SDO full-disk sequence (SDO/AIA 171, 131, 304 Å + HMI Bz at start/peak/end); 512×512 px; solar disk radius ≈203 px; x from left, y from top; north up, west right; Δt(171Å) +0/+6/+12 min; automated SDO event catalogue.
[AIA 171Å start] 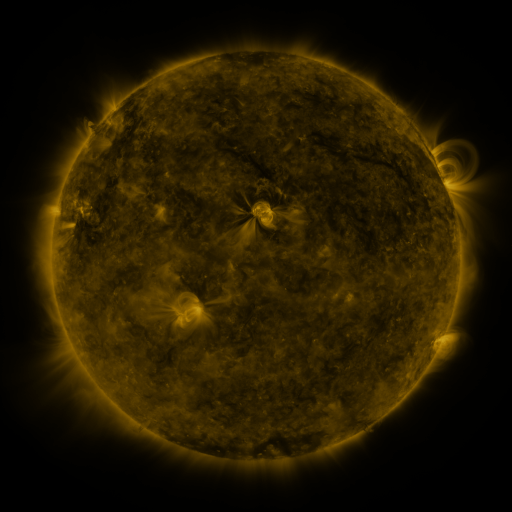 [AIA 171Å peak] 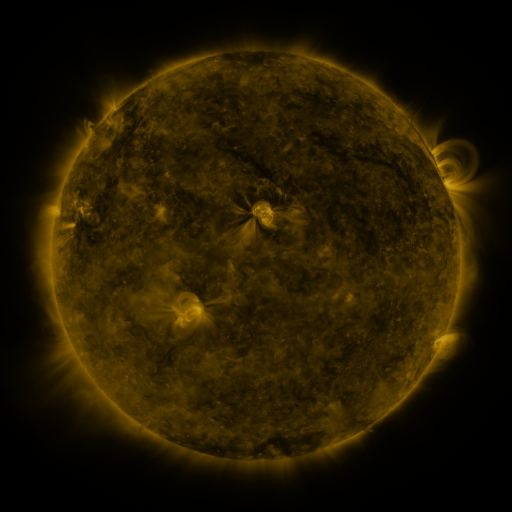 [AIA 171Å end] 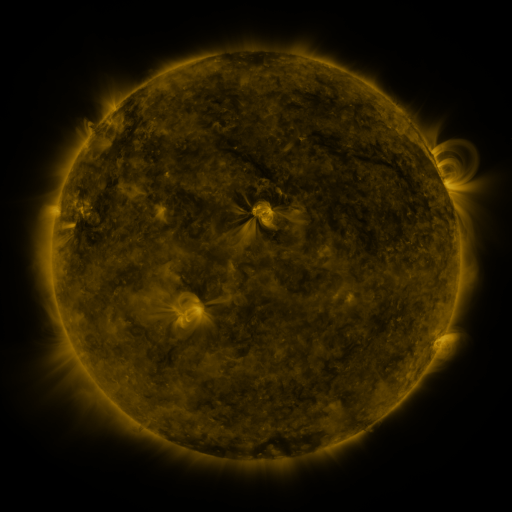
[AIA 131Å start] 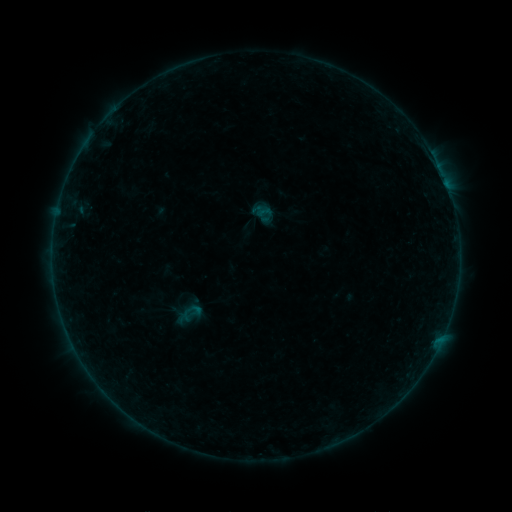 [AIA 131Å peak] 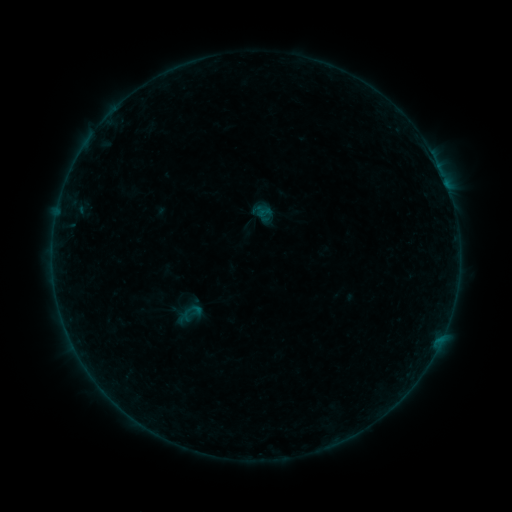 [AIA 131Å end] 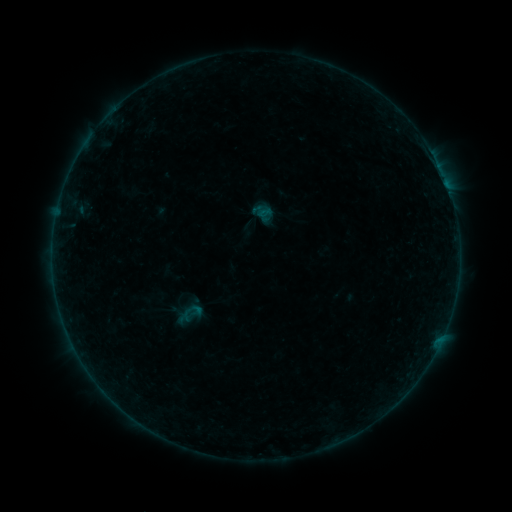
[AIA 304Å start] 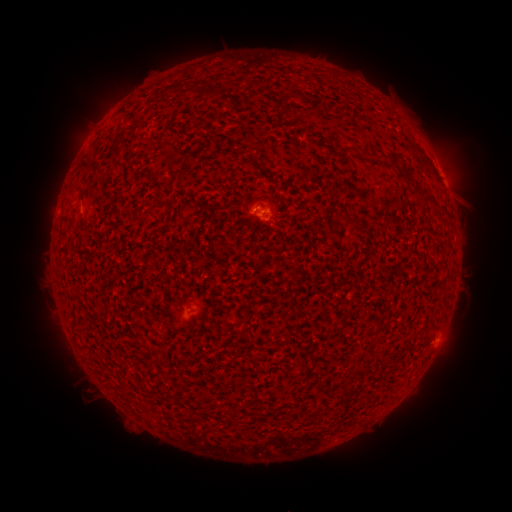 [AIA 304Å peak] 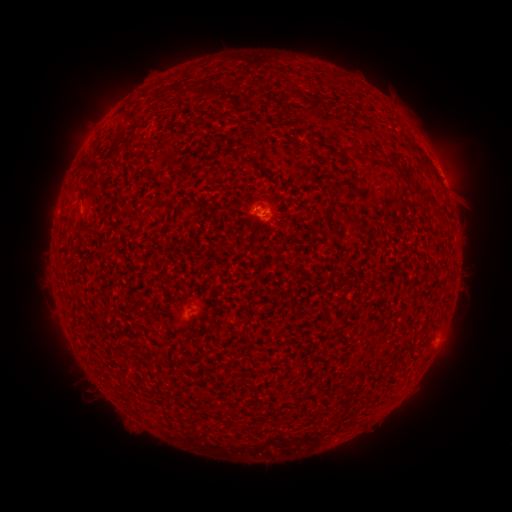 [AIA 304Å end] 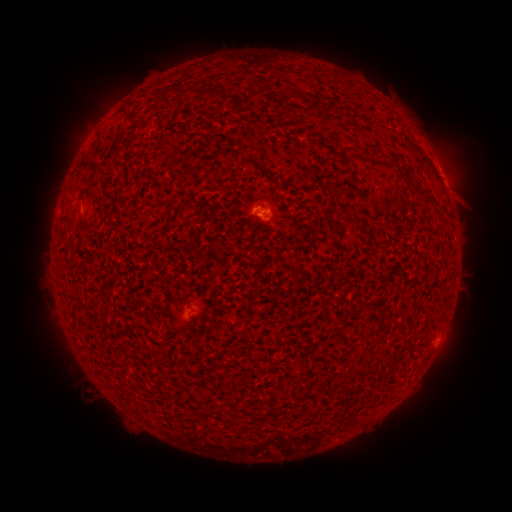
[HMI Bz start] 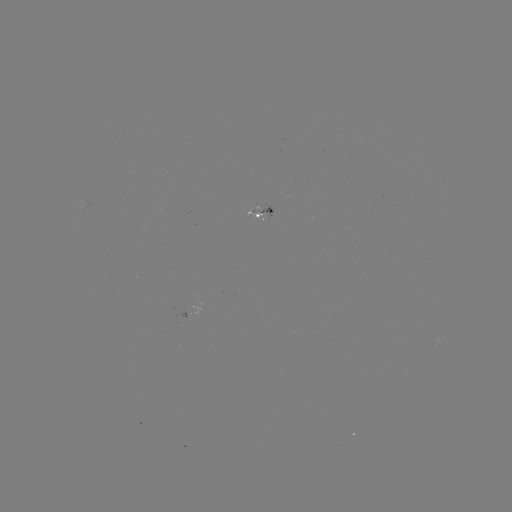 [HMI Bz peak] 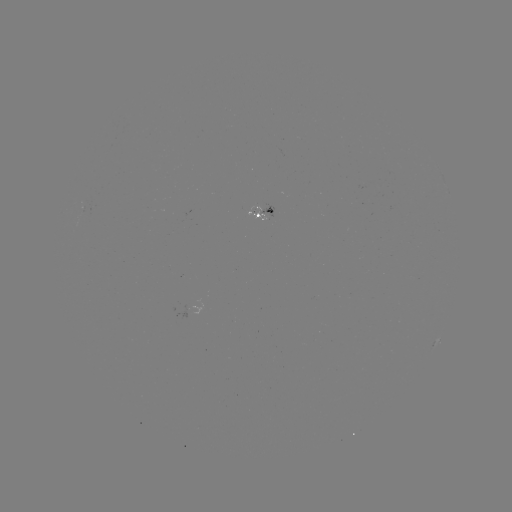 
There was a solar flare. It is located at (259, 217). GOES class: B1.2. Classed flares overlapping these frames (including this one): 1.